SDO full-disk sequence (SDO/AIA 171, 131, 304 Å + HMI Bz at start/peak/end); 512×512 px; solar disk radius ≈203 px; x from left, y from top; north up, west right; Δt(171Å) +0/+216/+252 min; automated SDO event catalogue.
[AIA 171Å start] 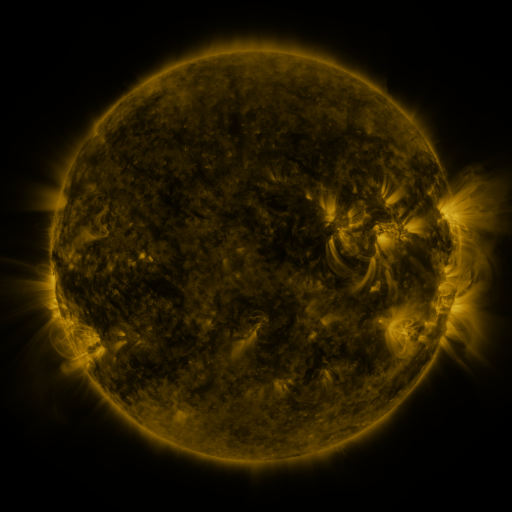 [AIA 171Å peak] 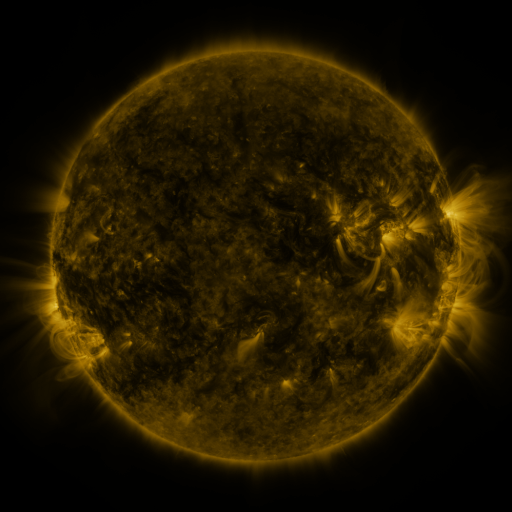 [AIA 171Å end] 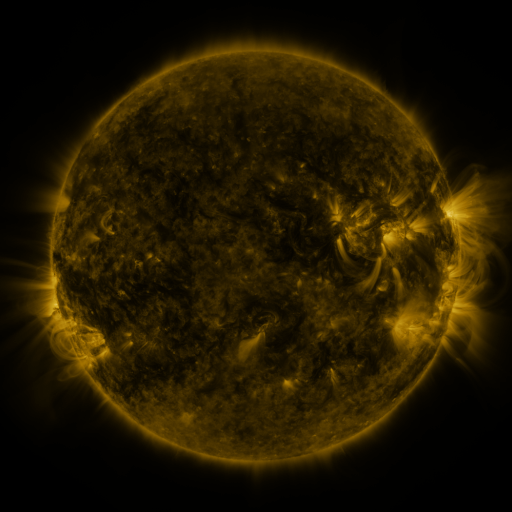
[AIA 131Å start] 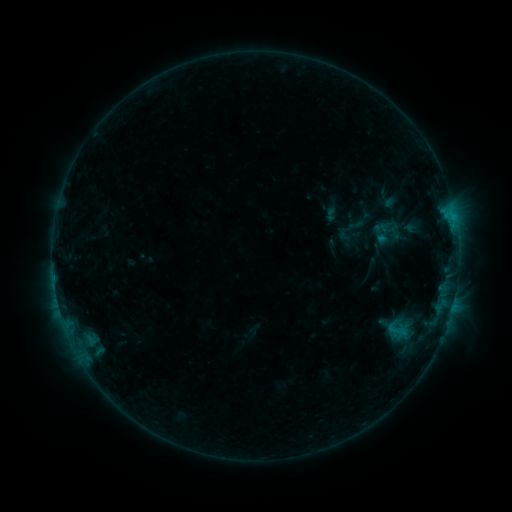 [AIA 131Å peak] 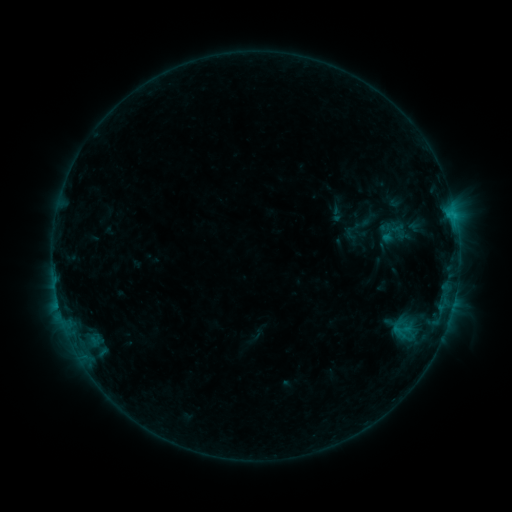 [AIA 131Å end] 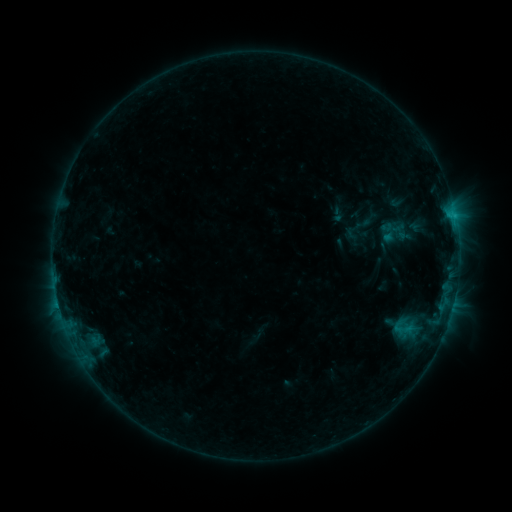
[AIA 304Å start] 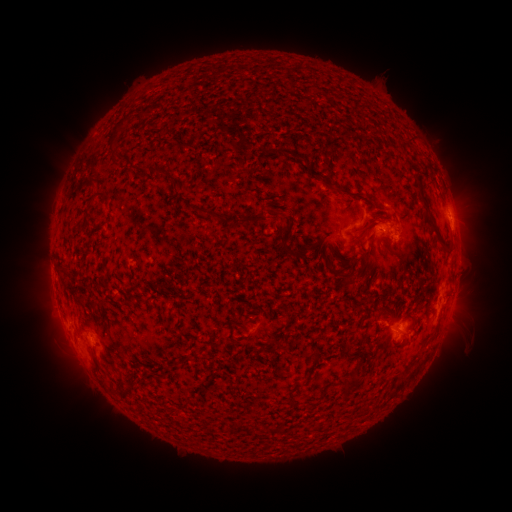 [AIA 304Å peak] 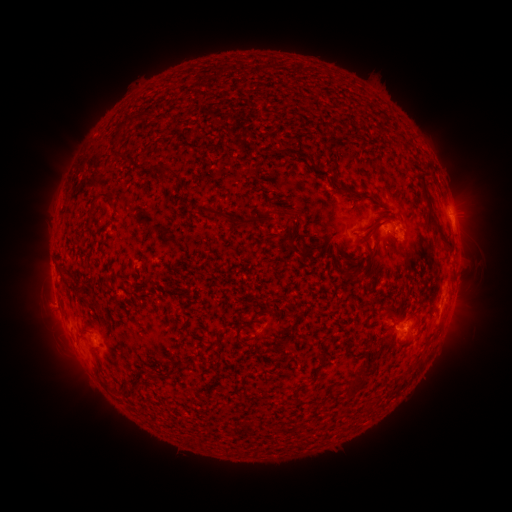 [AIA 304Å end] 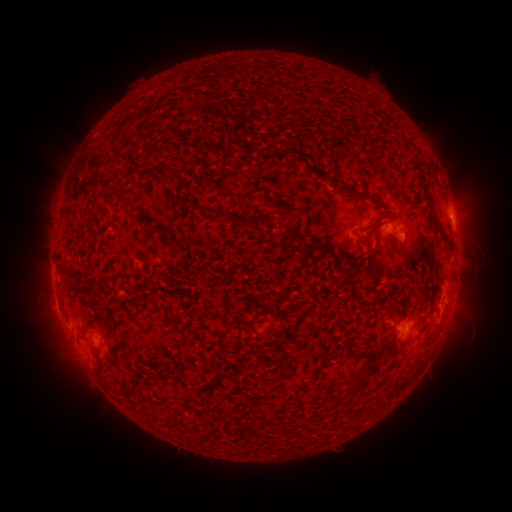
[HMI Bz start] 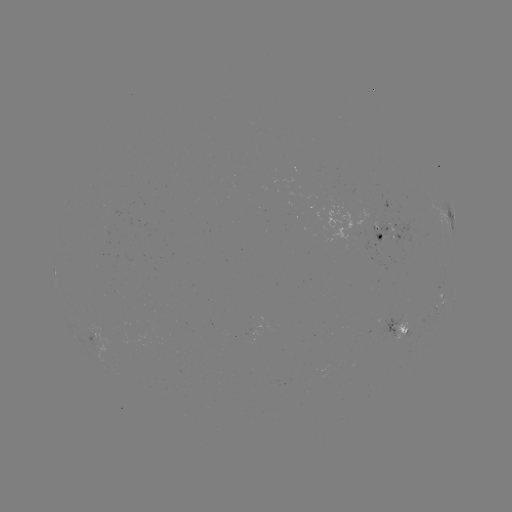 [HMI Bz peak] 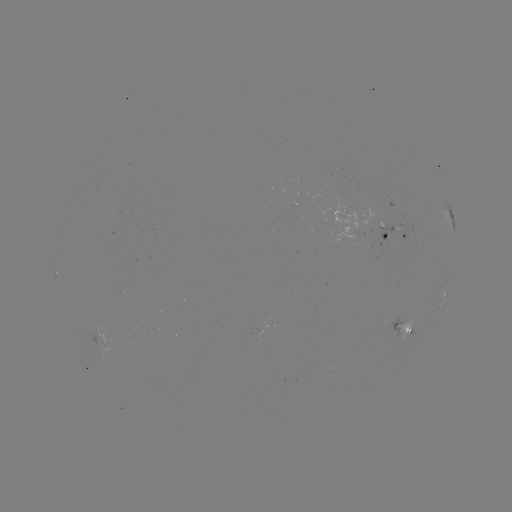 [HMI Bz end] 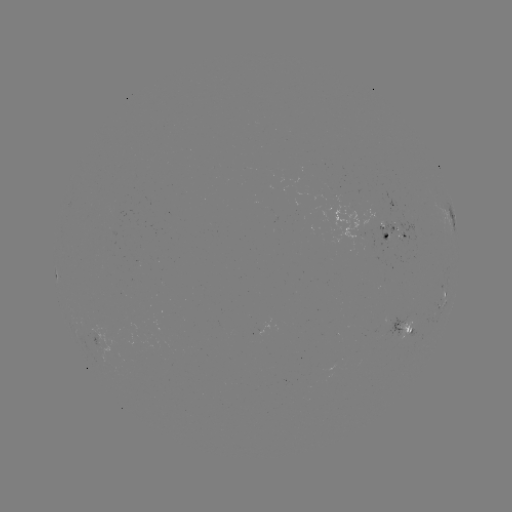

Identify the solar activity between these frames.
emerging-flux region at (352, 229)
